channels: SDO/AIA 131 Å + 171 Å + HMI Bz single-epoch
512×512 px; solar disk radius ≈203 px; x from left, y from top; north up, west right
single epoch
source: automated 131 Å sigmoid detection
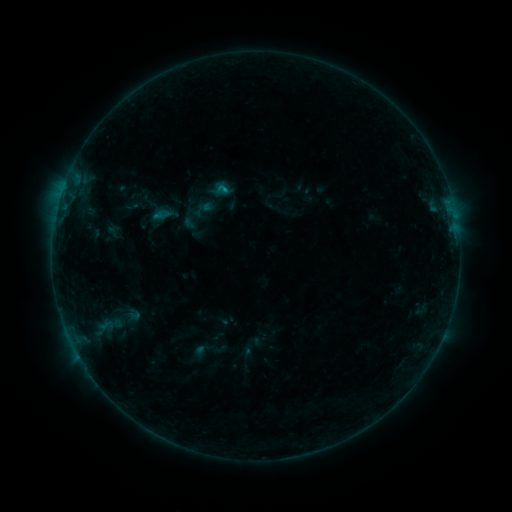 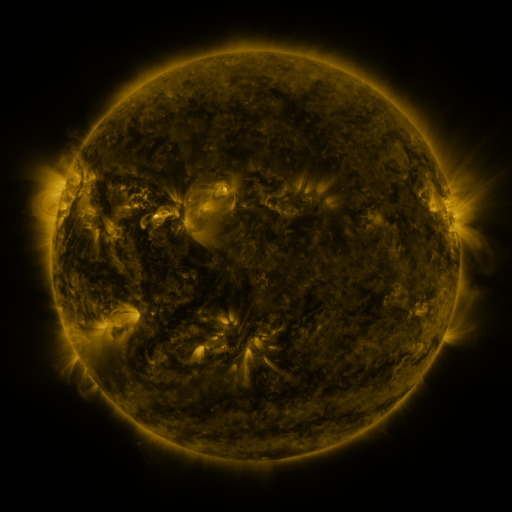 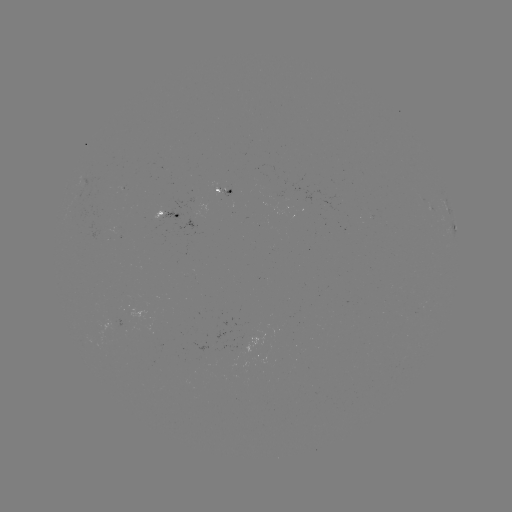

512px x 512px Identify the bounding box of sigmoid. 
[142, 193, 174, 225].